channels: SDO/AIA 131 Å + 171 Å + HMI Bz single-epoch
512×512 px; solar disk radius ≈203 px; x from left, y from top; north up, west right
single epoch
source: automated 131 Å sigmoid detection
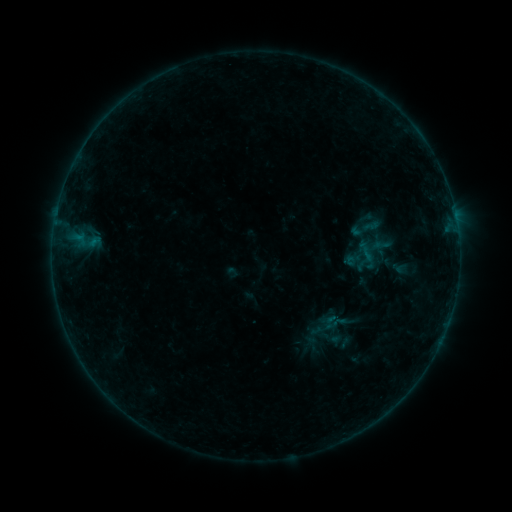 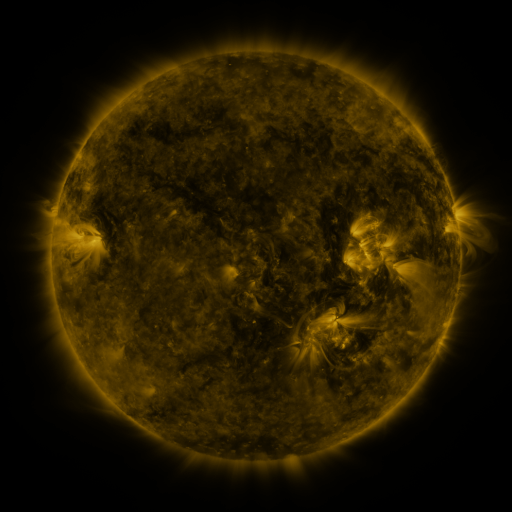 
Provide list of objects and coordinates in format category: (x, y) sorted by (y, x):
sigmoid: (368, 232)
sigmoid: (330, 322)
